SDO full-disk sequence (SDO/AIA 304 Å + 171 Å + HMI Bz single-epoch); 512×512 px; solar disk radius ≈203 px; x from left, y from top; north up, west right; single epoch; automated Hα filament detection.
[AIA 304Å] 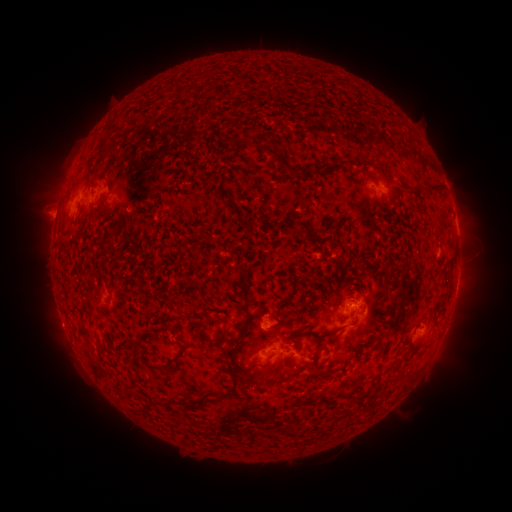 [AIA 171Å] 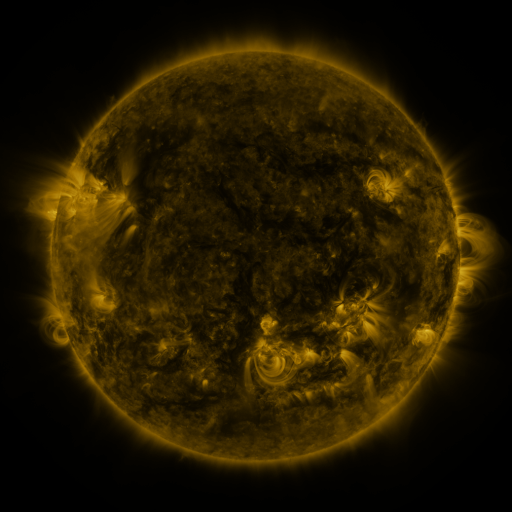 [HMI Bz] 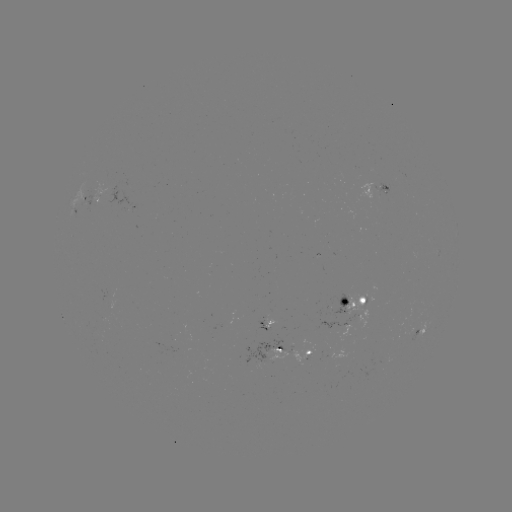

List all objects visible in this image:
filament: [173, 91, 185, 101]
filament: [104, 122, 120, 135]
filament: [253, 143, 290, 171]
filament: [326, 158, 339, 171]
filament: [421, 180, 441, 192]
filament: [283, 228, 305, 237]
filament: [446, 252, 454, 268]
filament: [364, 266, 374, 276]
filament: [232, 279, 257, 346]
filament: [270, 322, 280, 329]
filament: [214, 323, 230, 343]
filament: [286, 323, 346, 340]
filament: [77, 327, 88, 340]
filament: [377, 335, 386, 350]
filament: [231, 348, 244, 373]
filament: [313, 348, 323, 359]
filament: [216, 361, 243, 402]
filament: [310, 363, 326, 378]
filament: [258, 366, 274, 383]
filament: [344, 392, 358, 398]
